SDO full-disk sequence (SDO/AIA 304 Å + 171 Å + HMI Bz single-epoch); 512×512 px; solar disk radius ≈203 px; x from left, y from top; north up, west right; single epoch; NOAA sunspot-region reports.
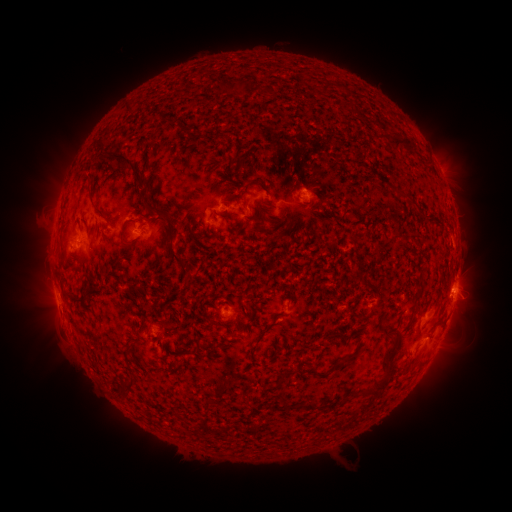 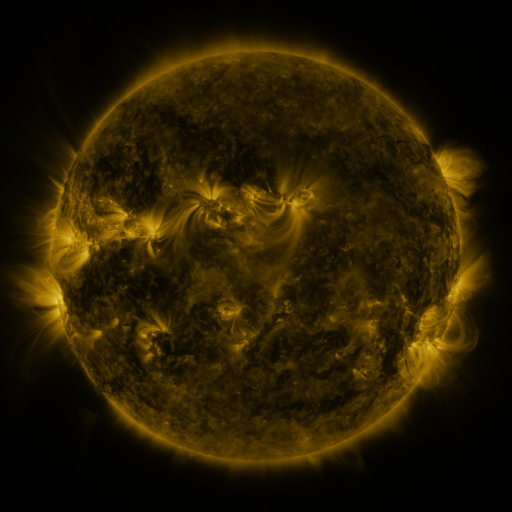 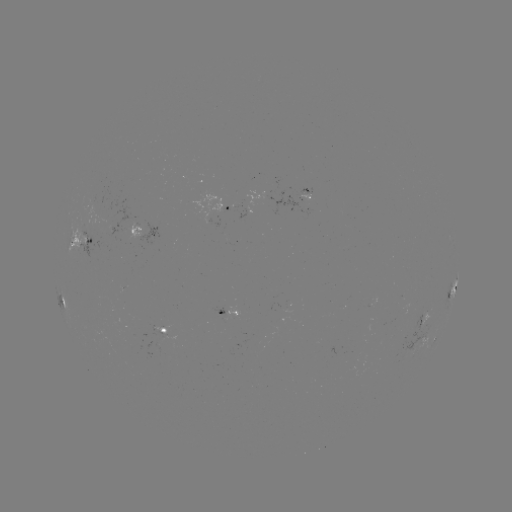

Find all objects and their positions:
spotted active region: (310, 194)
spotted active region: (232, 208)
spotted active region: (144, 229)
spotted active region: (80, 241)
spotted active region: (454, 284)
spotted active region: (63, 299)
spotted active region: (231, 310)
spotted active region: (422, 318)
spotted active region: (163, 328)
spotted active region: (435, 340)
